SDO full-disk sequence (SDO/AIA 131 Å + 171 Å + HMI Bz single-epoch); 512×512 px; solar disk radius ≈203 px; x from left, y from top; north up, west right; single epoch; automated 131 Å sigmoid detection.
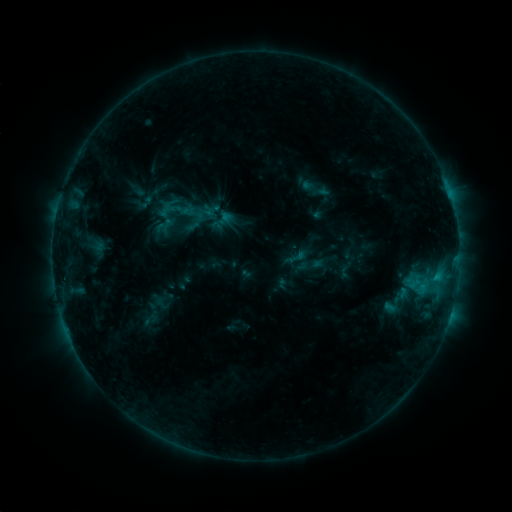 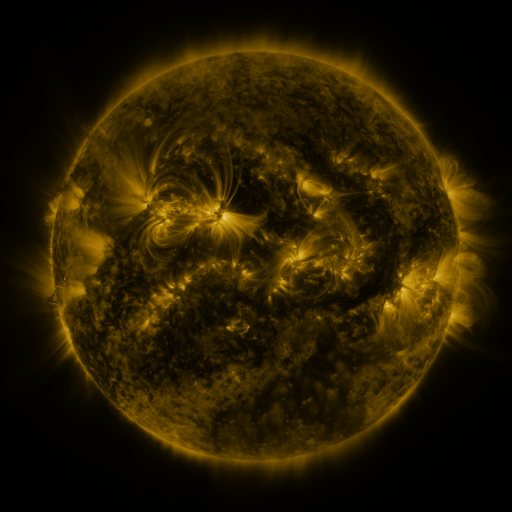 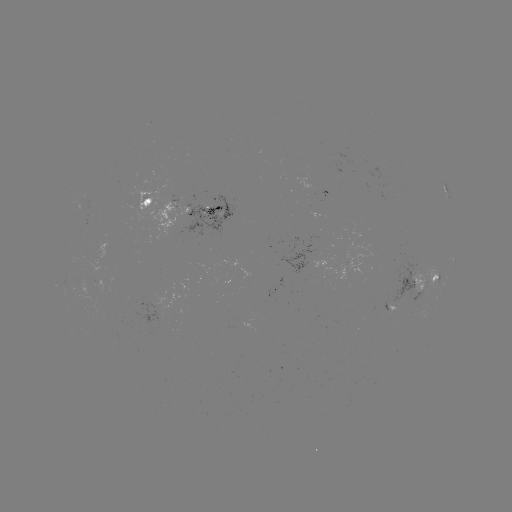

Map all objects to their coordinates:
sigmoid: (288, 248, 306, 266)
sigmoid: (298, 252, 325, 280)
